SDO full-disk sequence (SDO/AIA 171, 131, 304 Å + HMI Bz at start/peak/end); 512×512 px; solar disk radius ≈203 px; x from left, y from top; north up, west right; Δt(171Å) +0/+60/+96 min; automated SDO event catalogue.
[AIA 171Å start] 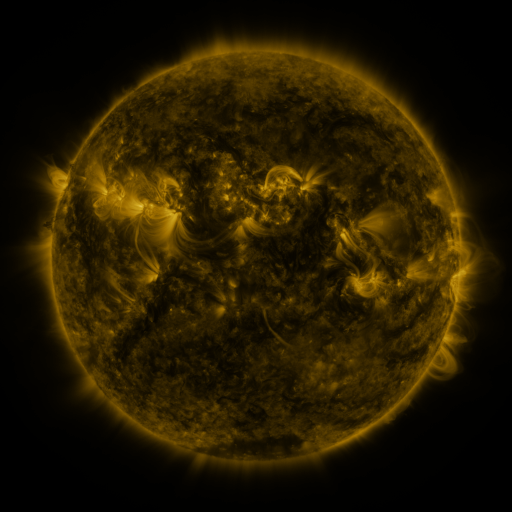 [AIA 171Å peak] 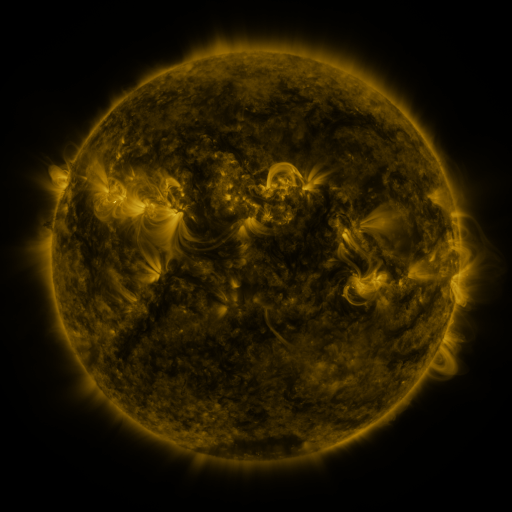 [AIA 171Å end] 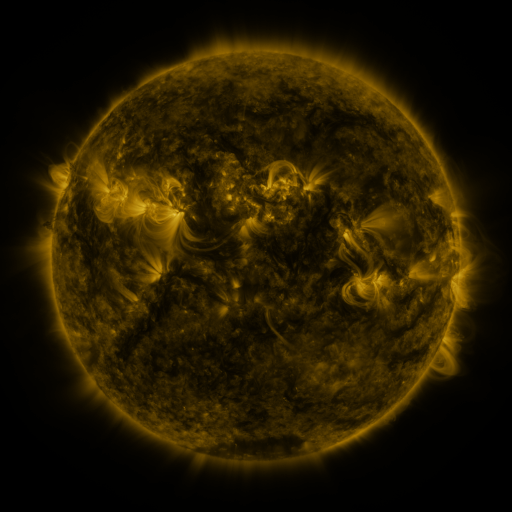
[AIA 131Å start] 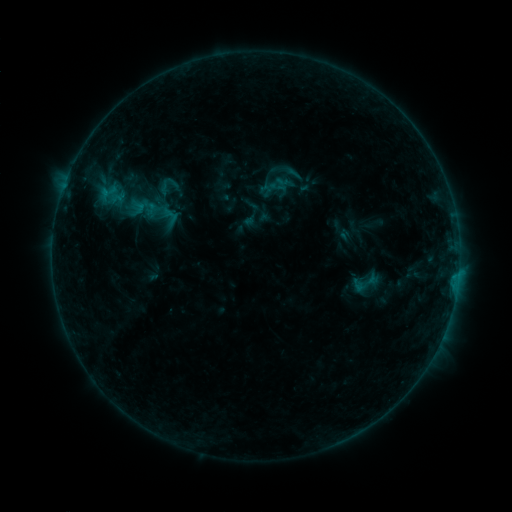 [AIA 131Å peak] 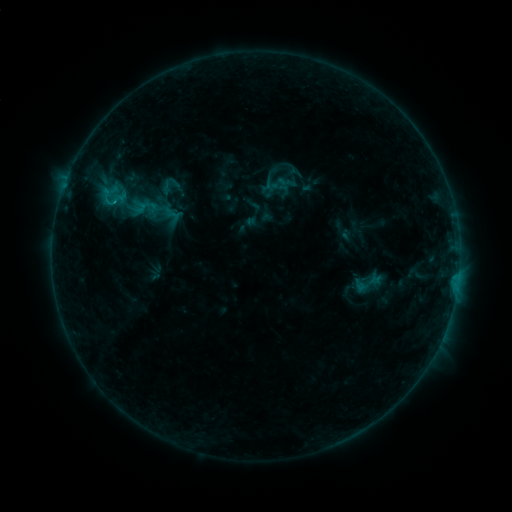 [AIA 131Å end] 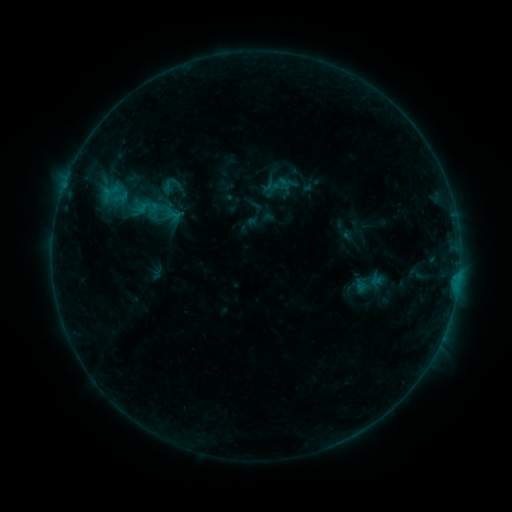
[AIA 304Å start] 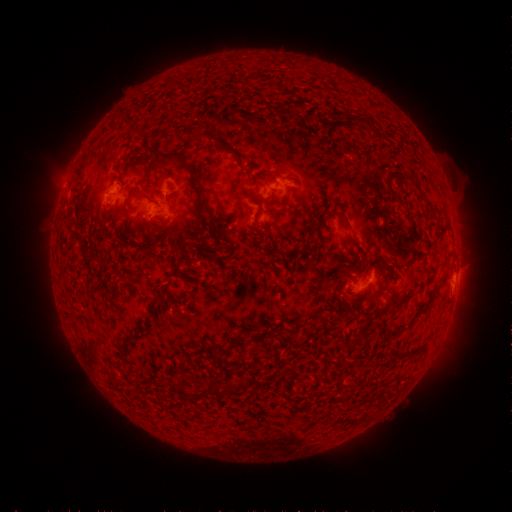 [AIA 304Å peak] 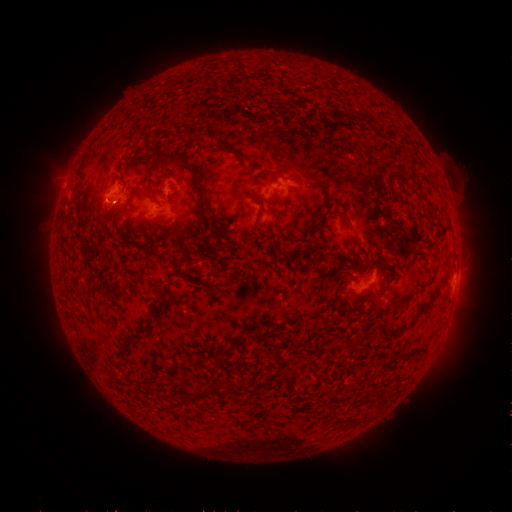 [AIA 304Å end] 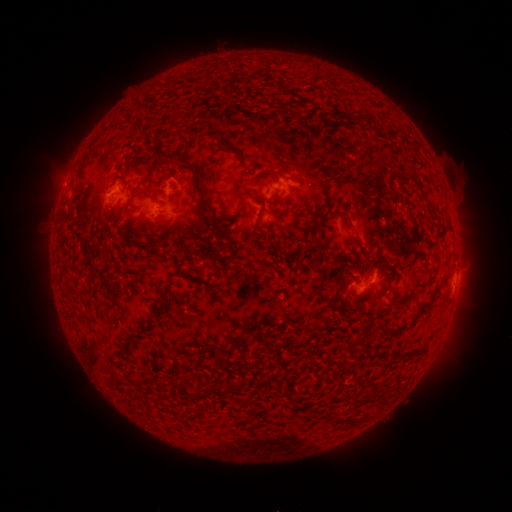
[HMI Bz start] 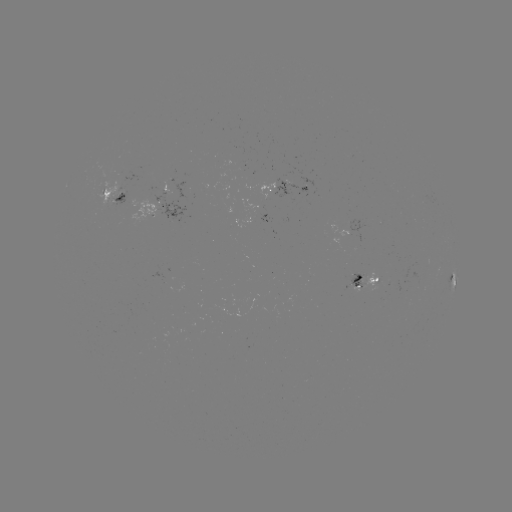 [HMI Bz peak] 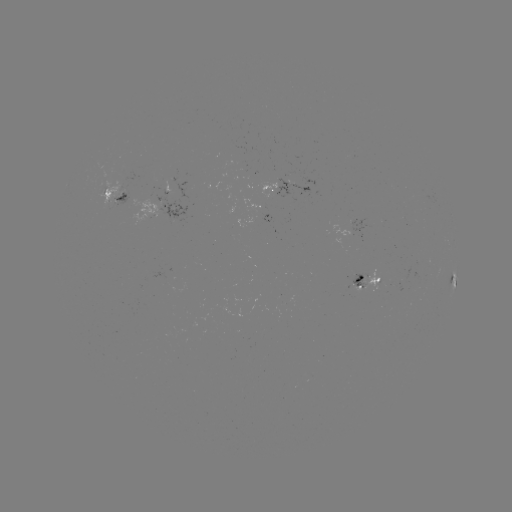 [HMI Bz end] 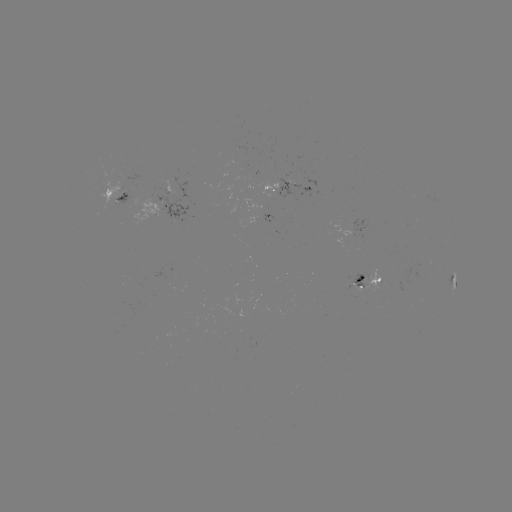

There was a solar emerging-flux region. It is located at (308, 184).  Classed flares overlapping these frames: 1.